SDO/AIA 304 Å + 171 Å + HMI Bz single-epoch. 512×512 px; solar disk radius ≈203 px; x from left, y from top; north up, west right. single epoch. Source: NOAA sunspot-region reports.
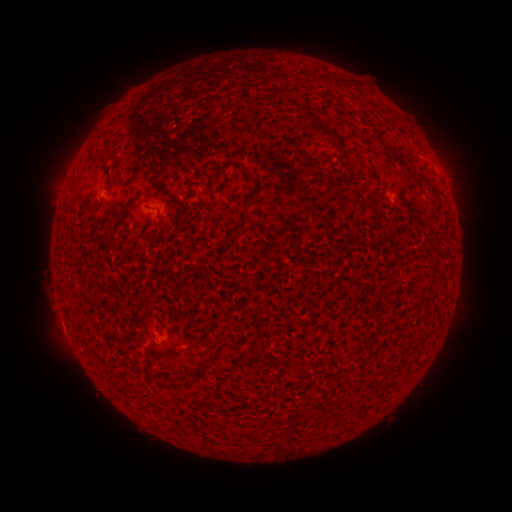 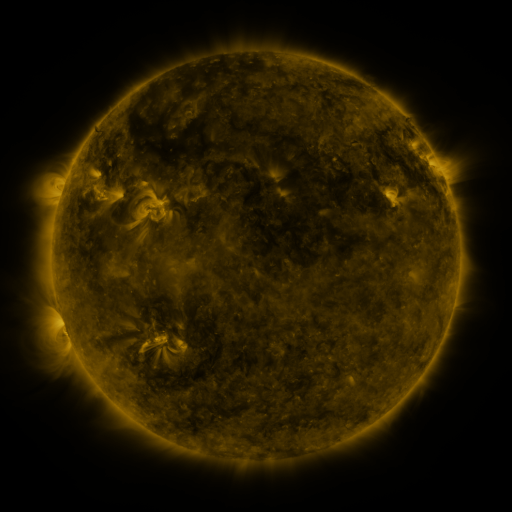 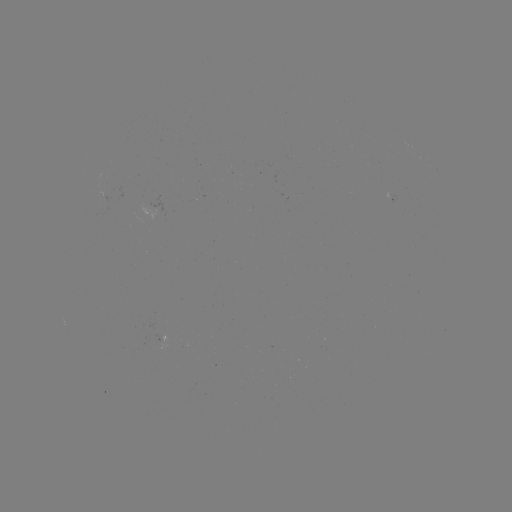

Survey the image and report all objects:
spotted active region: (434, 168)
